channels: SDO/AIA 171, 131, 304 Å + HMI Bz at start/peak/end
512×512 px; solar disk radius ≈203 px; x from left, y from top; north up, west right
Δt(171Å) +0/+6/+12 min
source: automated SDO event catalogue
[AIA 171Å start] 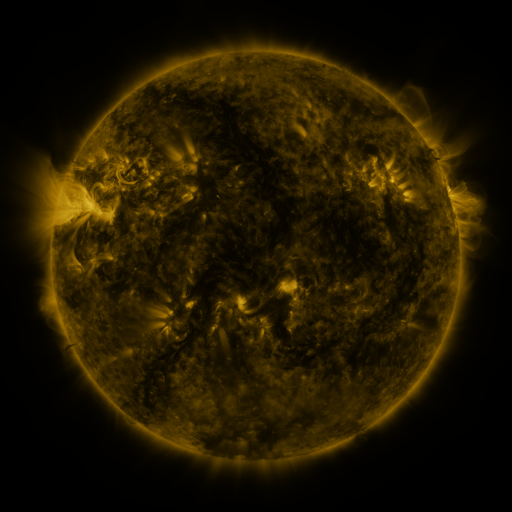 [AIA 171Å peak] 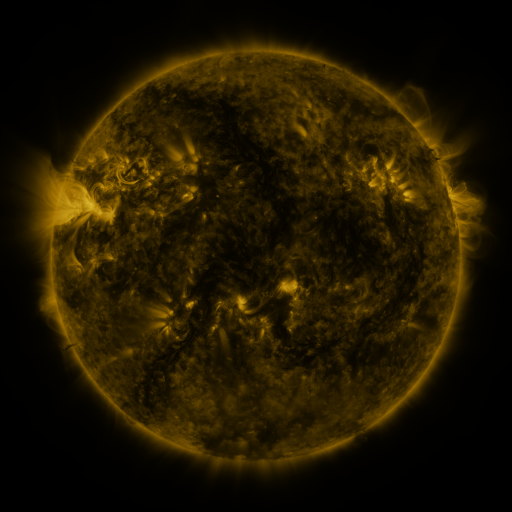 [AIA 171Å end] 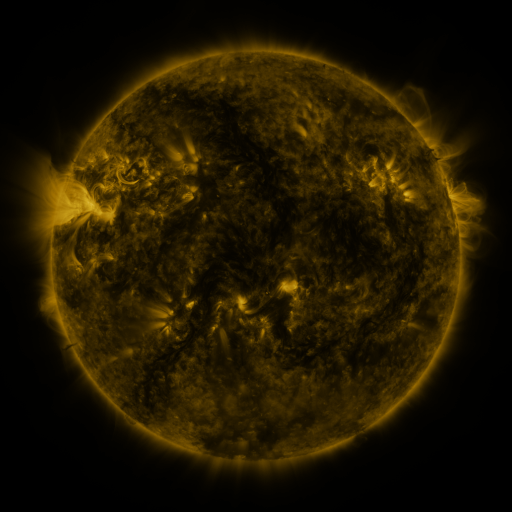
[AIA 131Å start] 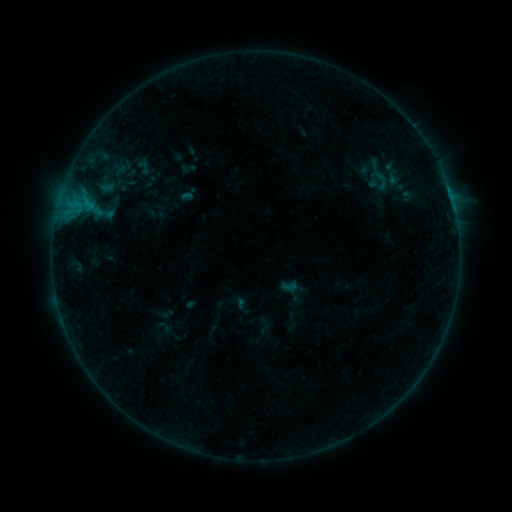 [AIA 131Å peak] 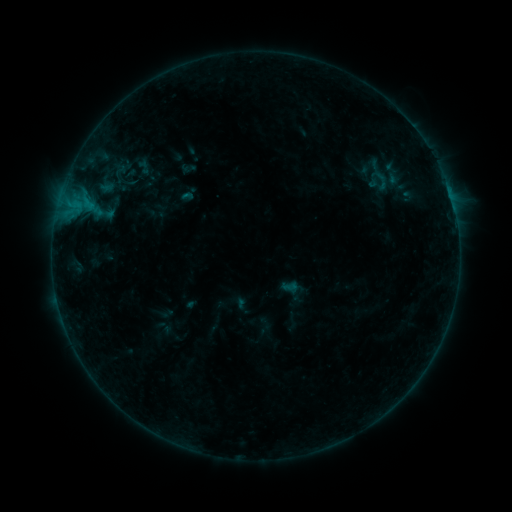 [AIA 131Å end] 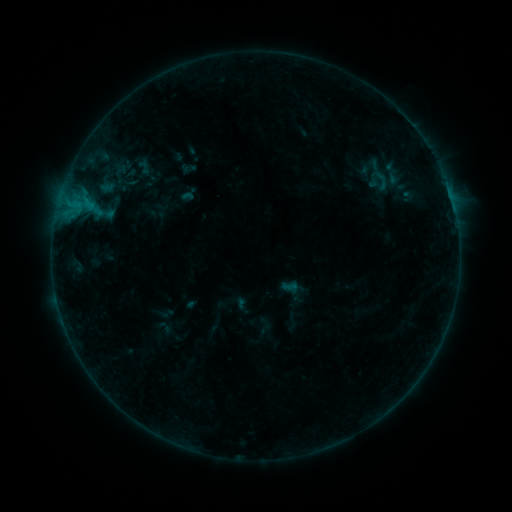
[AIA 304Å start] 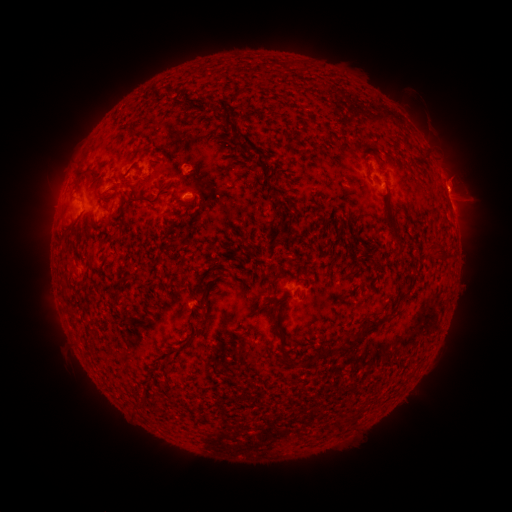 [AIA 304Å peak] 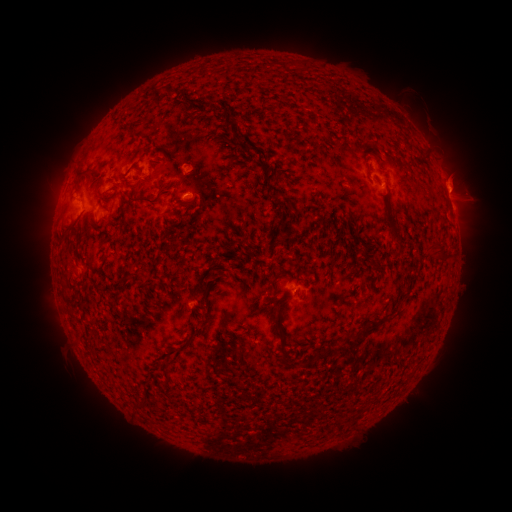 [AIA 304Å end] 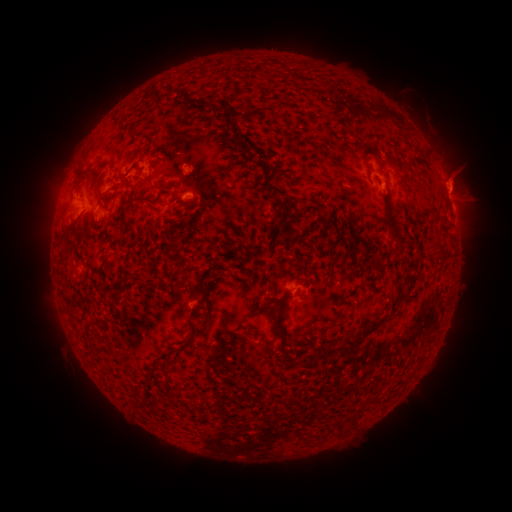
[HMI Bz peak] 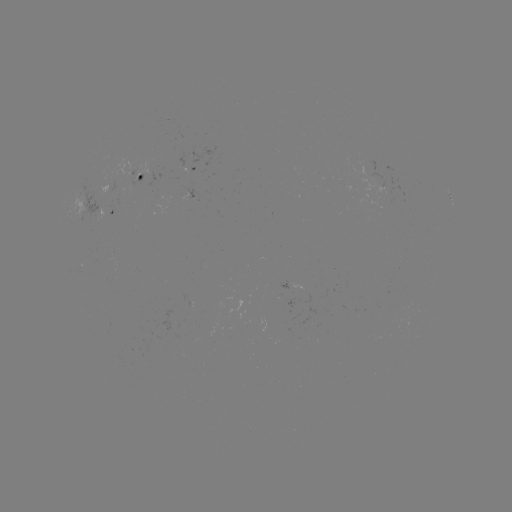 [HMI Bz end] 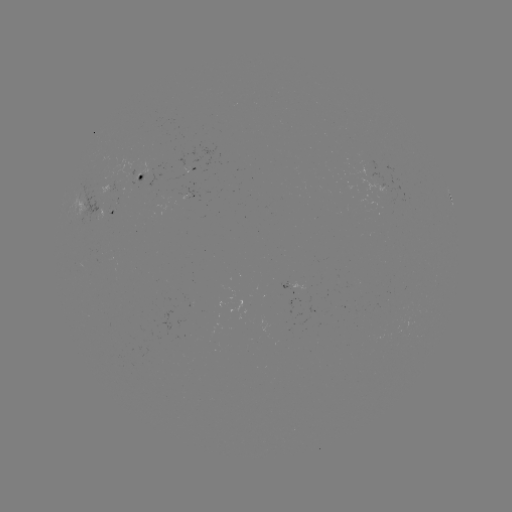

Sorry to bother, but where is eruption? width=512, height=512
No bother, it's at [455, 180].